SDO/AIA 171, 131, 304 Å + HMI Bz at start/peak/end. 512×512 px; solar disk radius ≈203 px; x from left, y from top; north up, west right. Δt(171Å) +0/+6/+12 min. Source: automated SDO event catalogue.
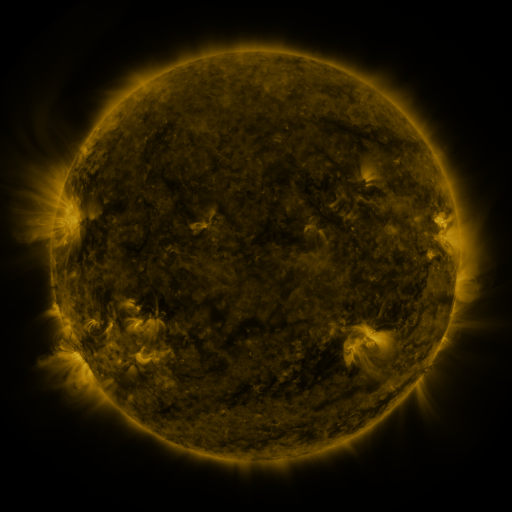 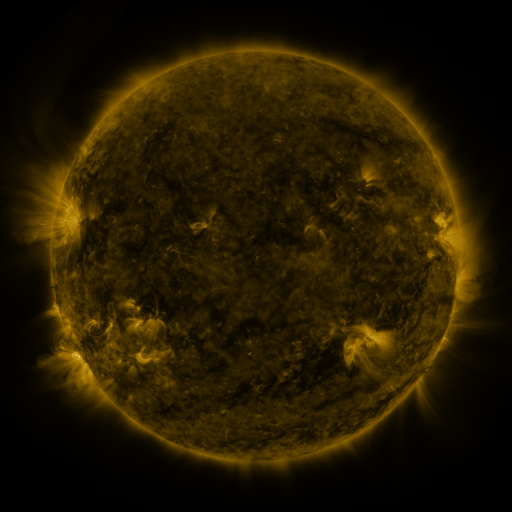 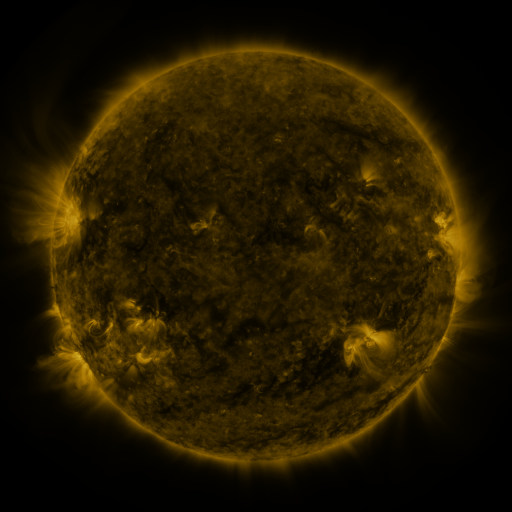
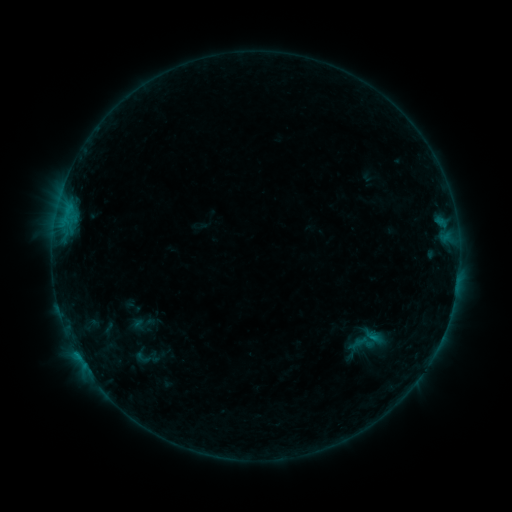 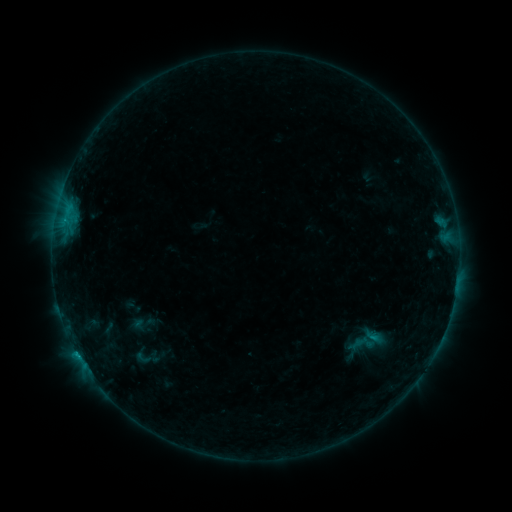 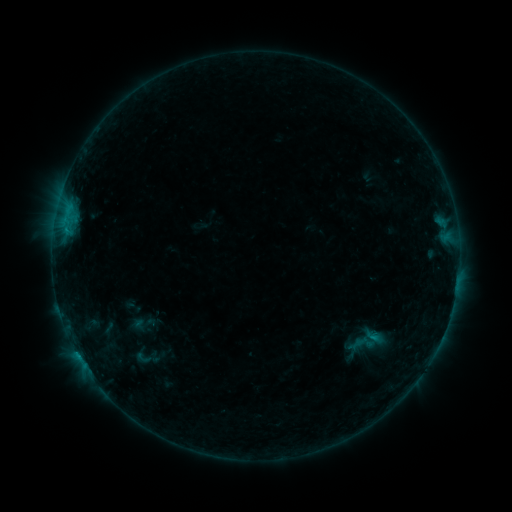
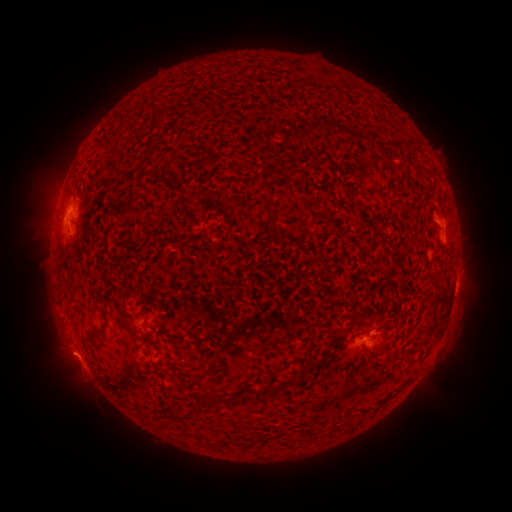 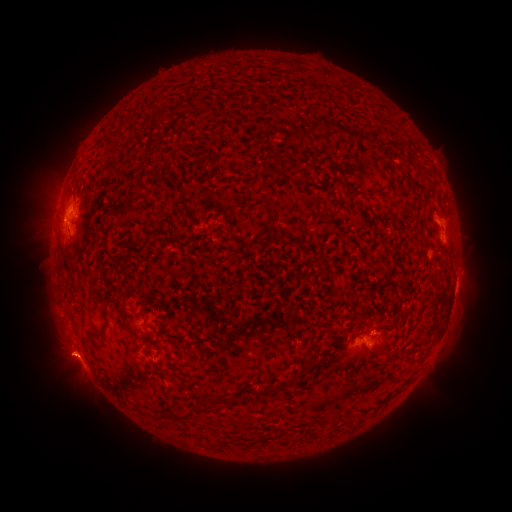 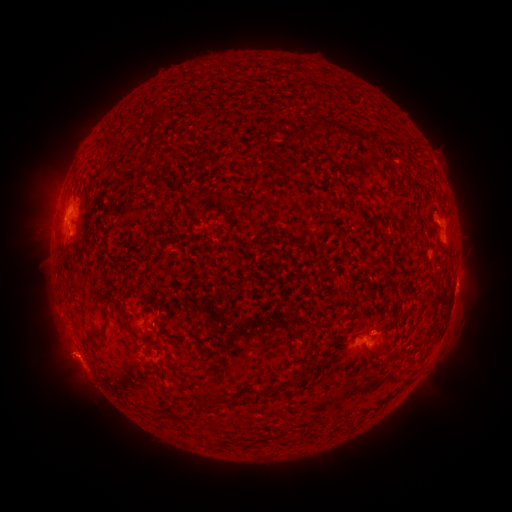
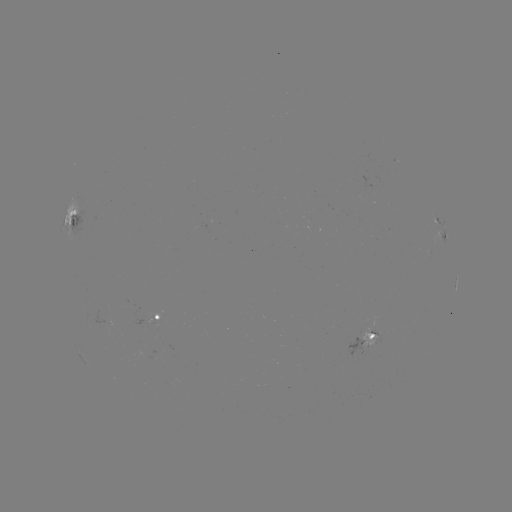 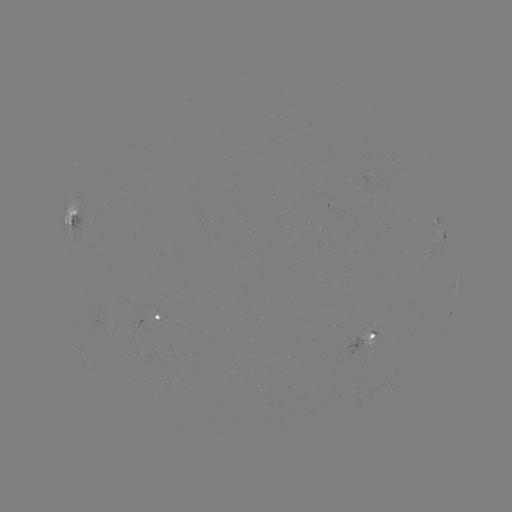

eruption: <bbox>32, 329, 87, 386</bbox>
